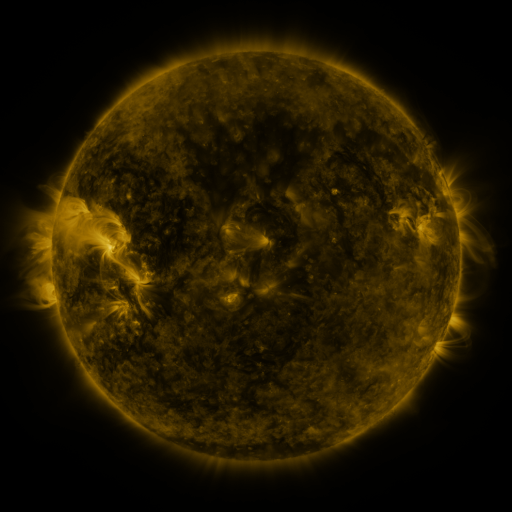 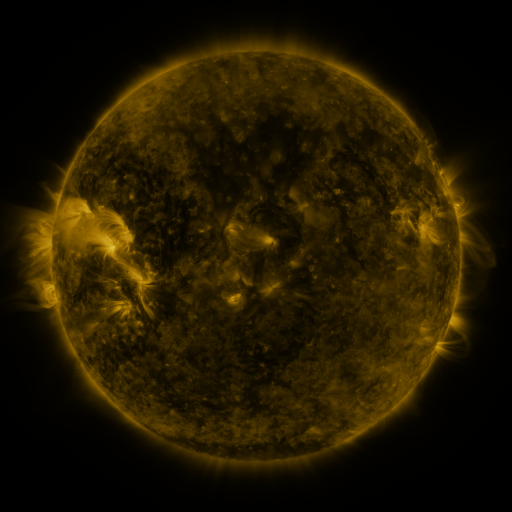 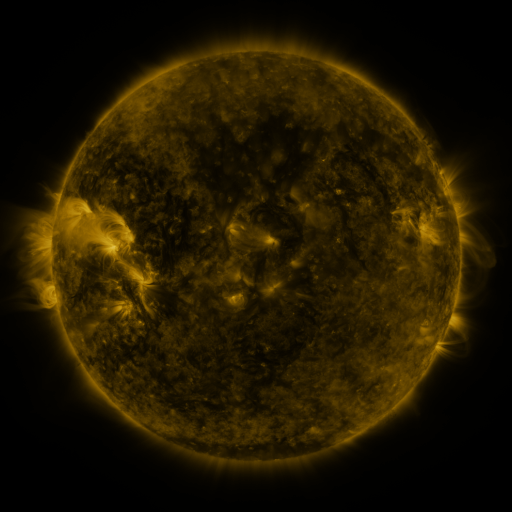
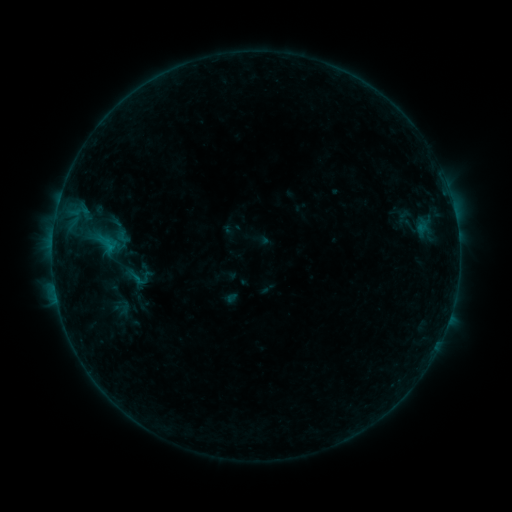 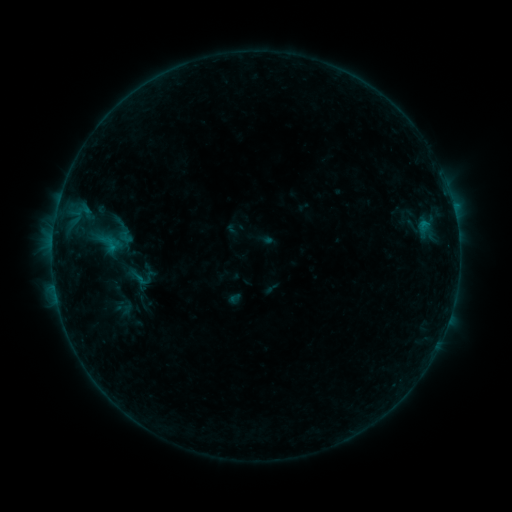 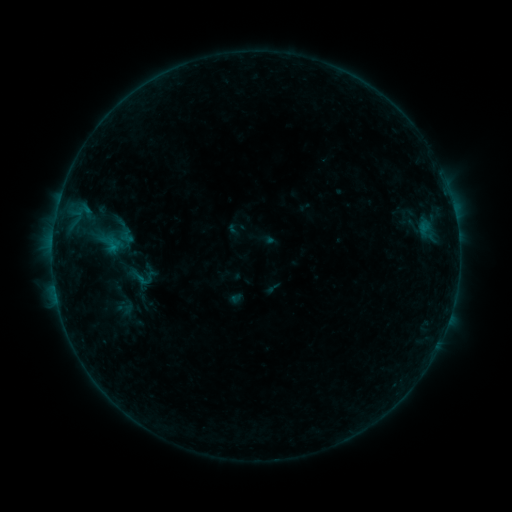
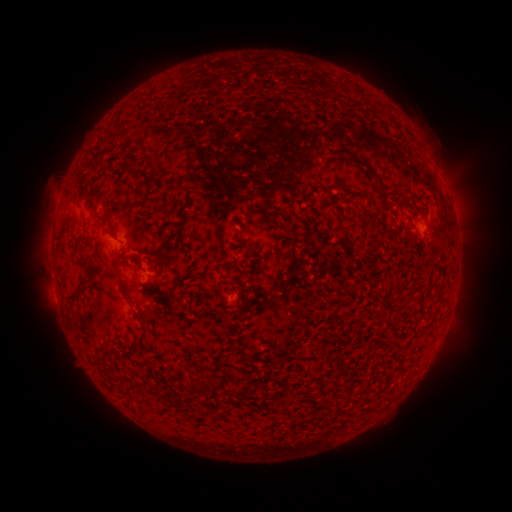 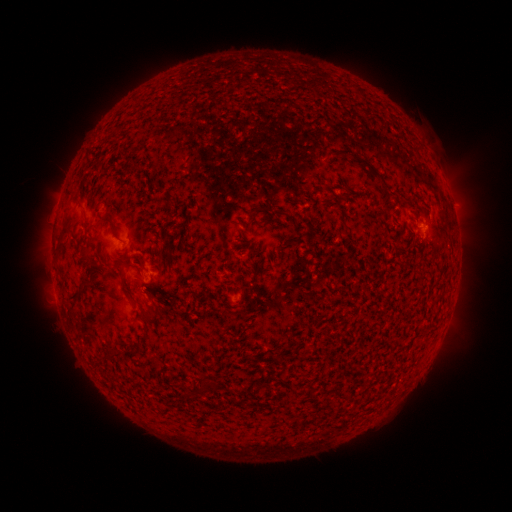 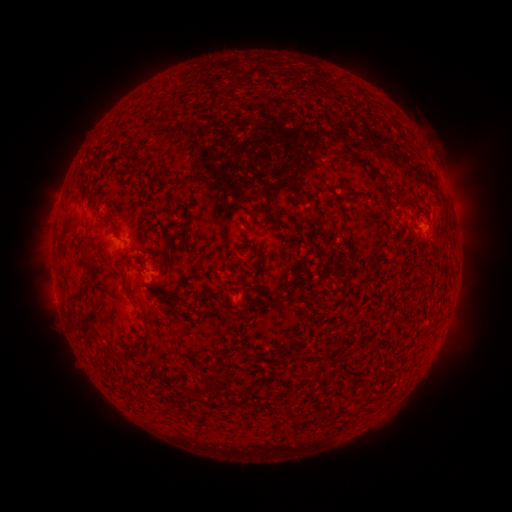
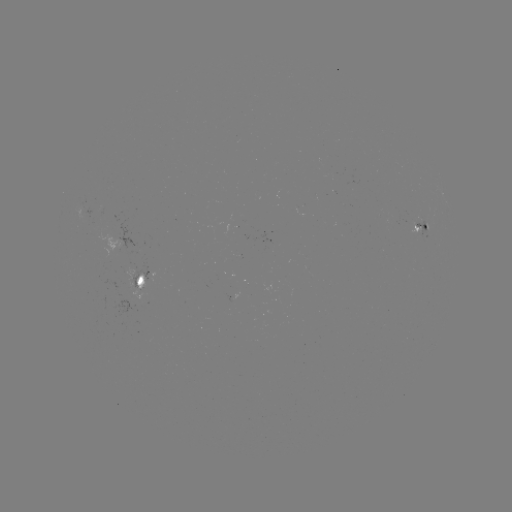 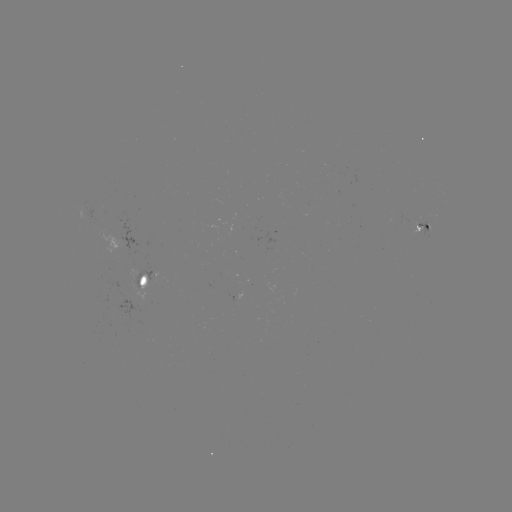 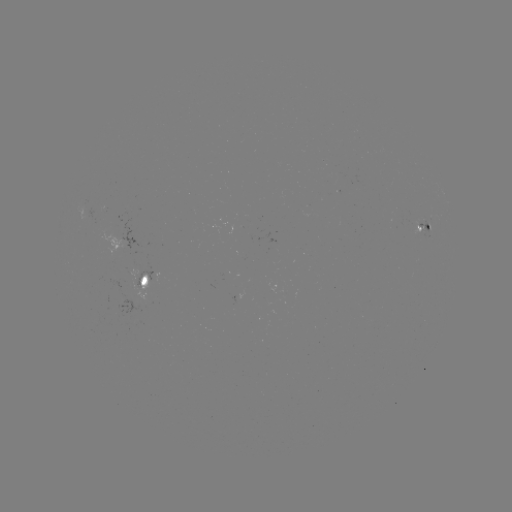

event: emerging-flux region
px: (129, 283)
